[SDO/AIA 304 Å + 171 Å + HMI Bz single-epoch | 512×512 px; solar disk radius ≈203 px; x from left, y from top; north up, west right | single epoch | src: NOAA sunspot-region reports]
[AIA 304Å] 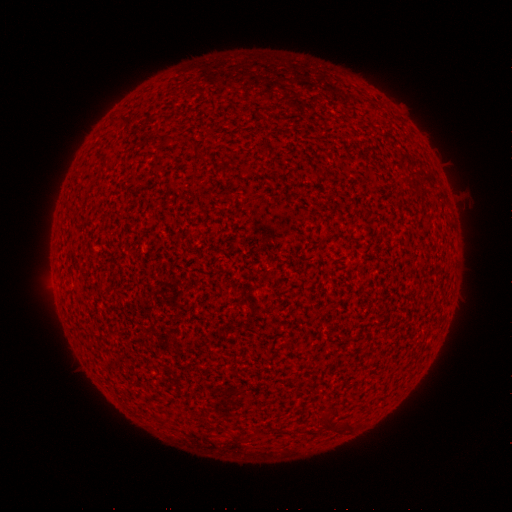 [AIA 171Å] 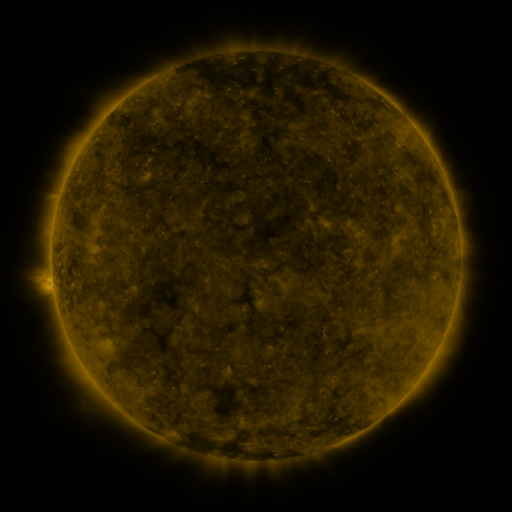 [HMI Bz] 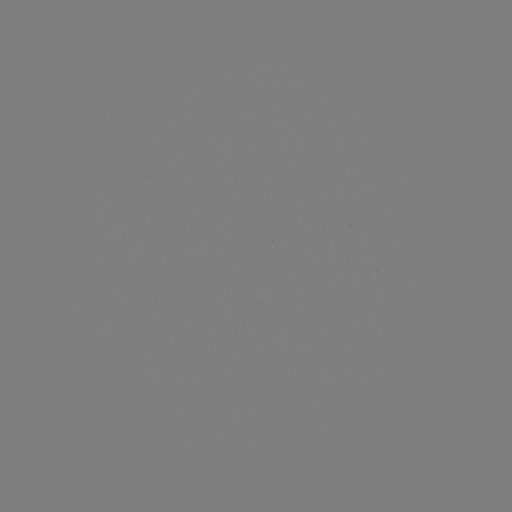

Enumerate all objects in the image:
(none)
